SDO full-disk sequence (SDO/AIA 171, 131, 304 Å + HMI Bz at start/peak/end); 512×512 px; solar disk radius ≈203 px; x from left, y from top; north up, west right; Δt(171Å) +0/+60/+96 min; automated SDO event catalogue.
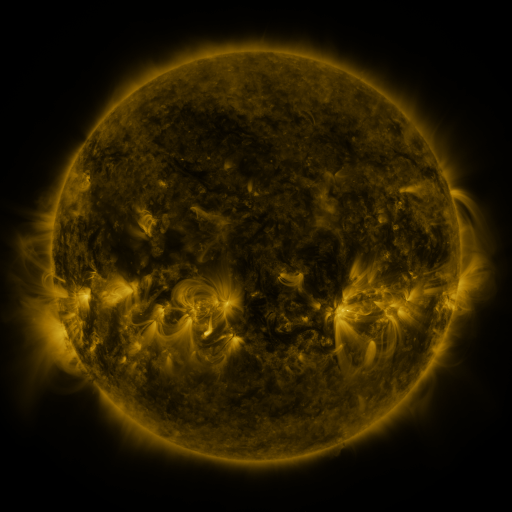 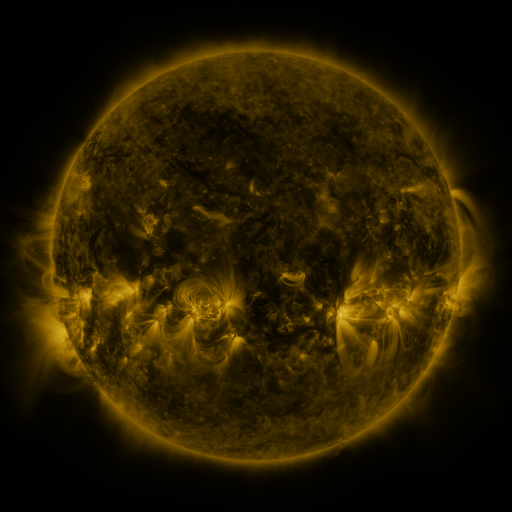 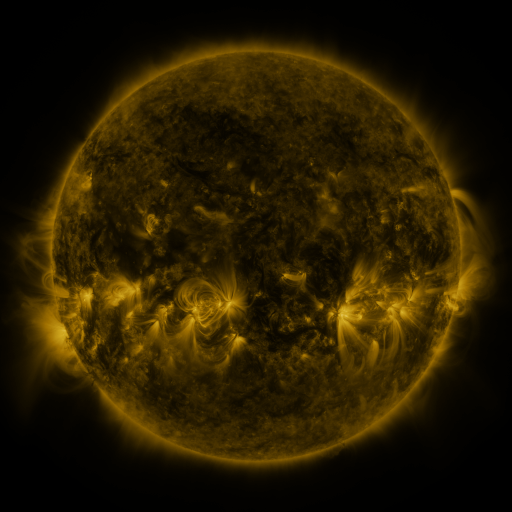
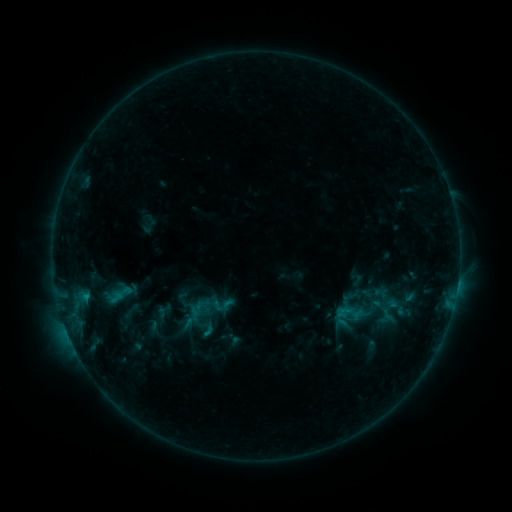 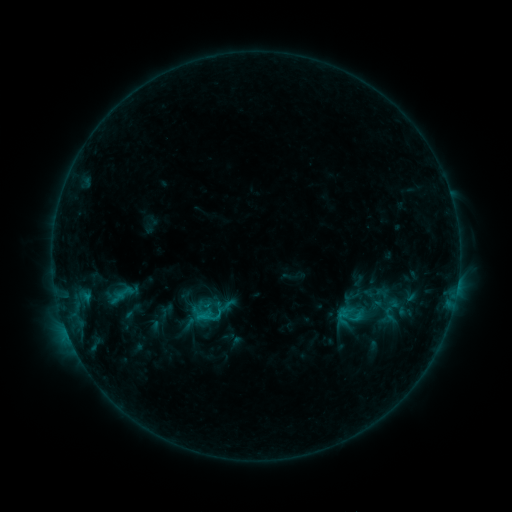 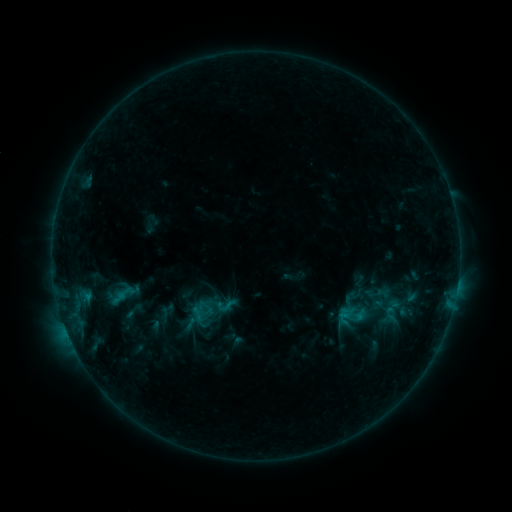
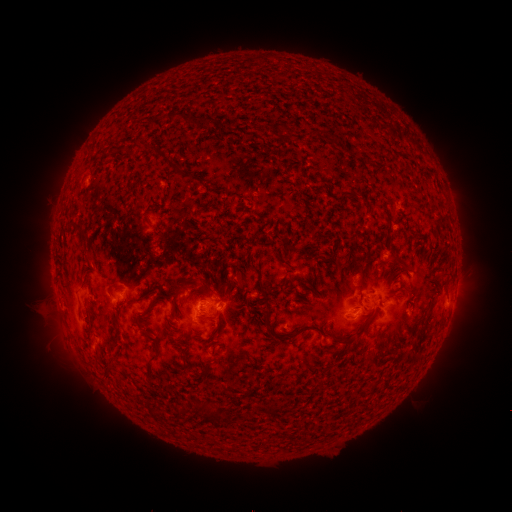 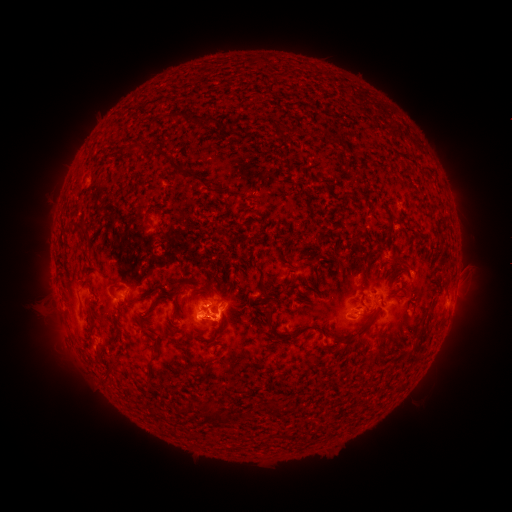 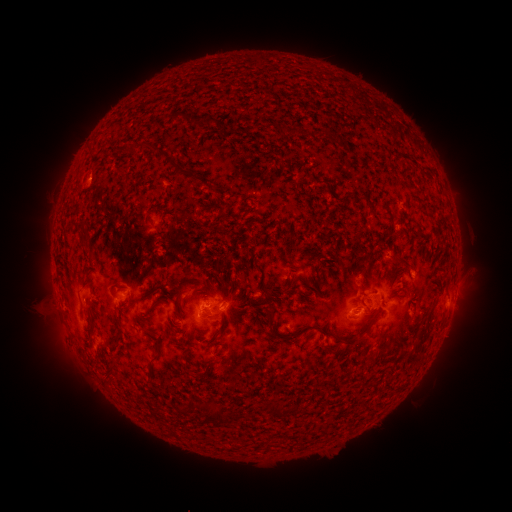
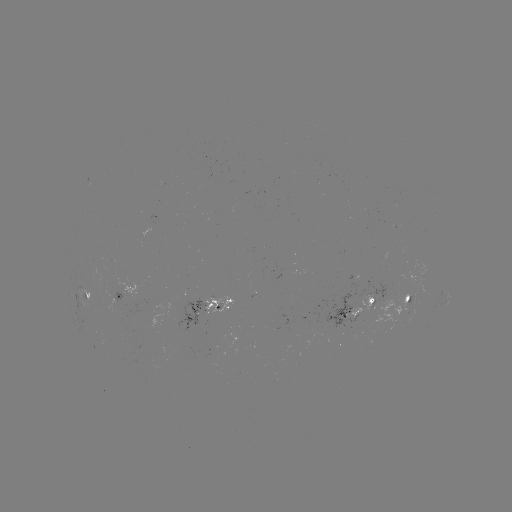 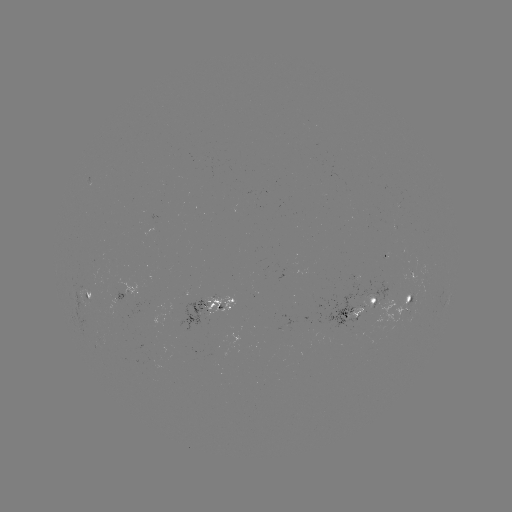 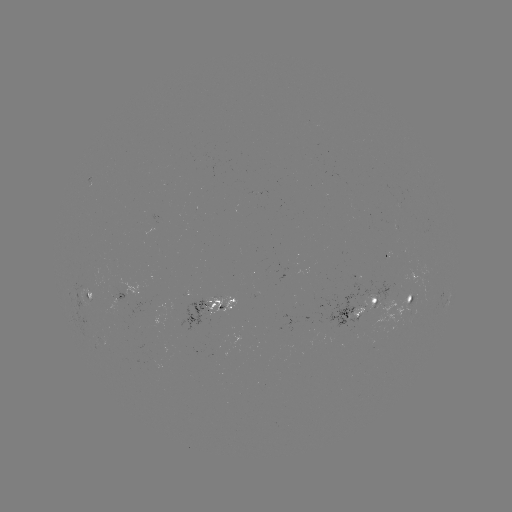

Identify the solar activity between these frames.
emerging-flux region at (140, 294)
